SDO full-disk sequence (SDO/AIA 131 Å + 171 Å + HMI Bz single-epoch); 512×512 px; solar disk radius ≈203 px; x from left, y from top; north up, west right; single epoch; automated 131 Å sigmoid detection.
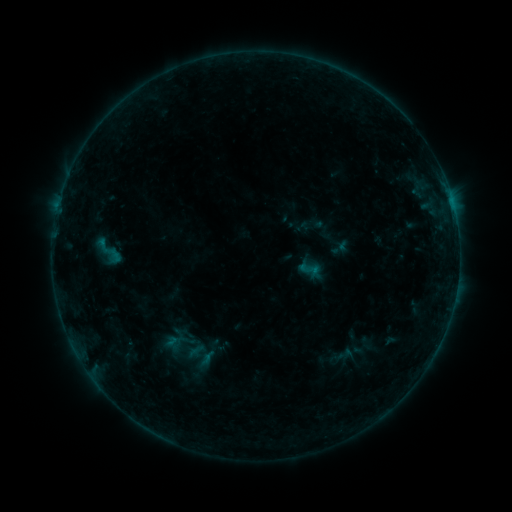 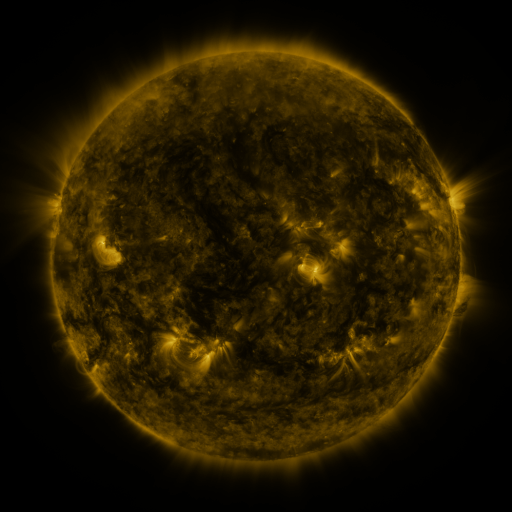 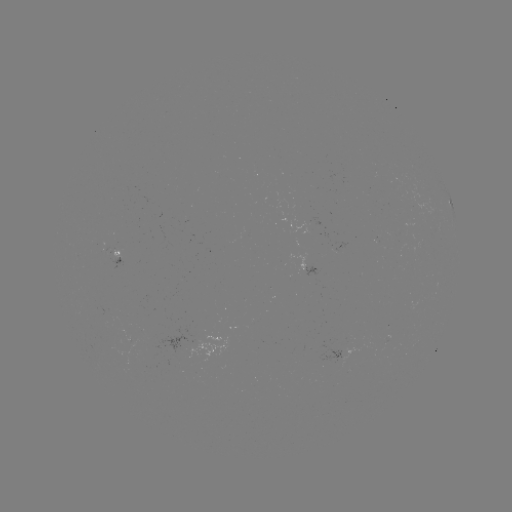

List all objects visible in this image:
sigmoid: <bbox>93, 232, 125, 271</bbox>
sigmoid: <bbox>298, 258, 321, 280</bbox>
